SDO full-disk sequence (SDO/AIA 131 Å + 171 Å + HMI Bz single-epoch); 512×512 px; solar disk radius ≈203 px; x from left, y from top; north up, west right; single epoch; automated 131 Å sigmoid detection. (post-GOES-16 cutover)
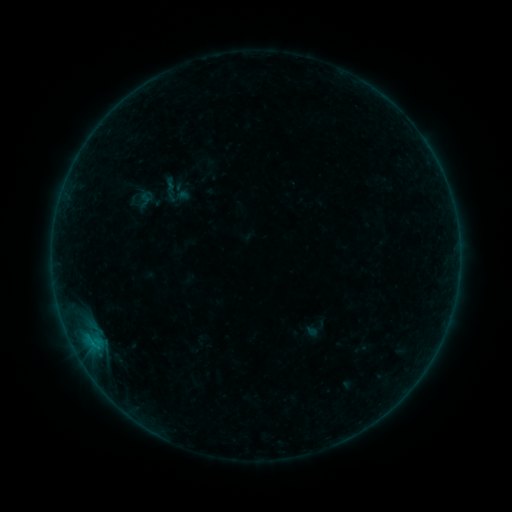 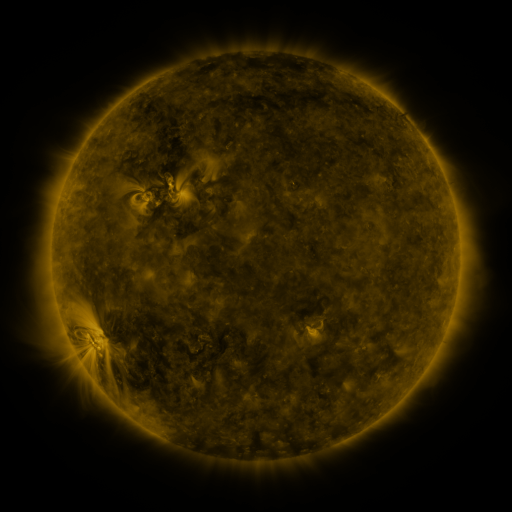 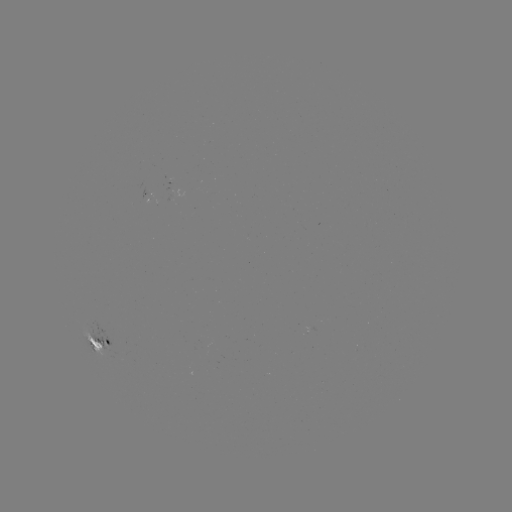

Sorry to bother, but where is sigmoid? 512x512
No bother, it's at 146,196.